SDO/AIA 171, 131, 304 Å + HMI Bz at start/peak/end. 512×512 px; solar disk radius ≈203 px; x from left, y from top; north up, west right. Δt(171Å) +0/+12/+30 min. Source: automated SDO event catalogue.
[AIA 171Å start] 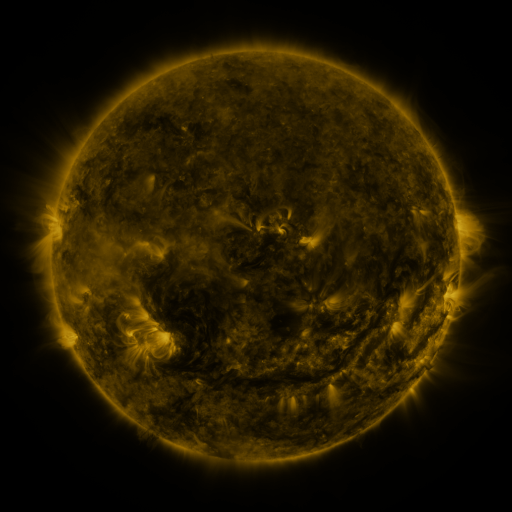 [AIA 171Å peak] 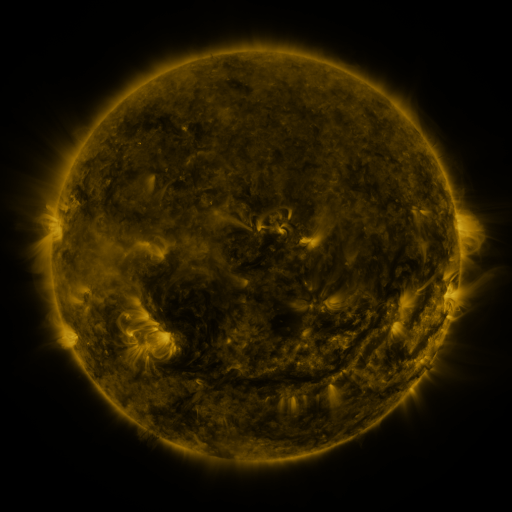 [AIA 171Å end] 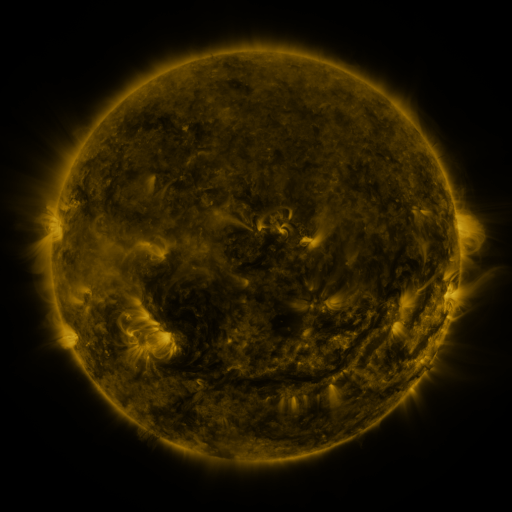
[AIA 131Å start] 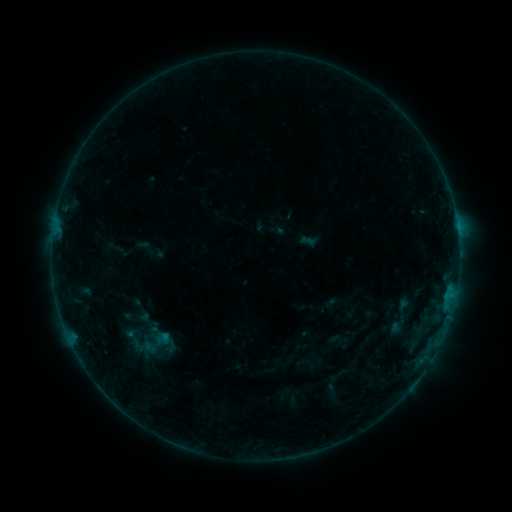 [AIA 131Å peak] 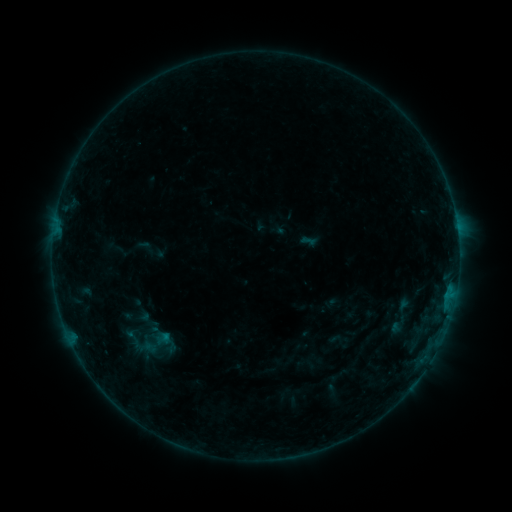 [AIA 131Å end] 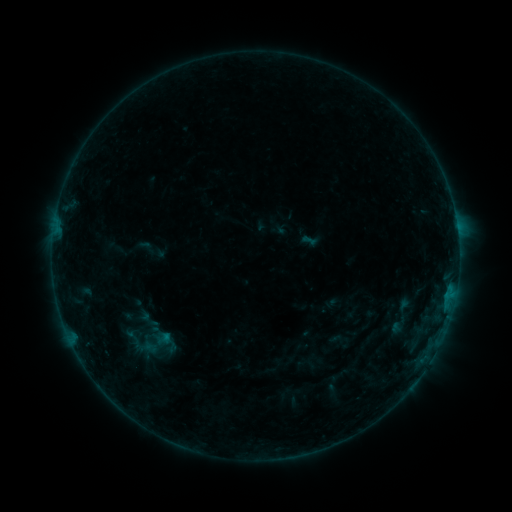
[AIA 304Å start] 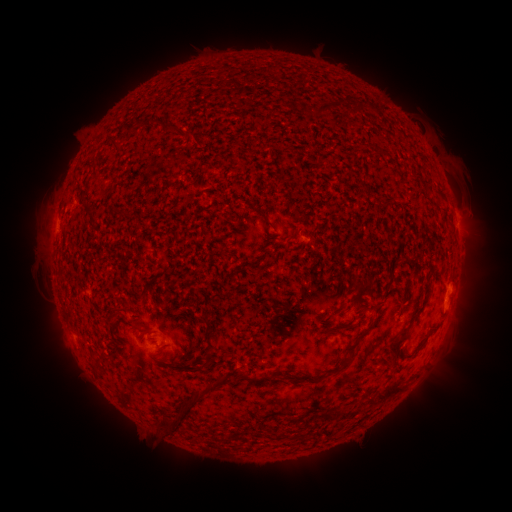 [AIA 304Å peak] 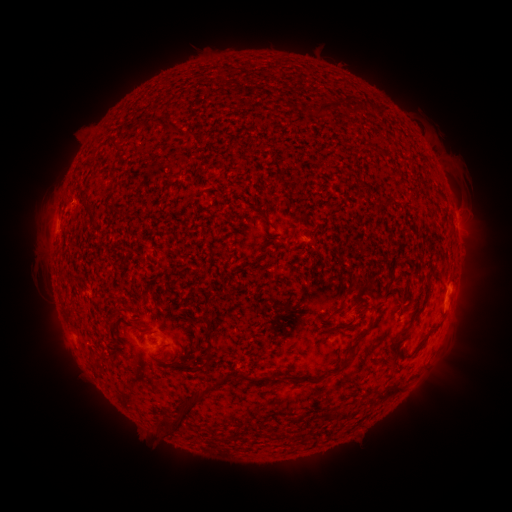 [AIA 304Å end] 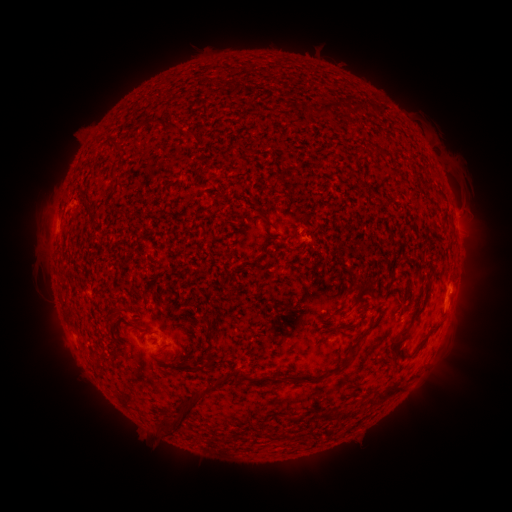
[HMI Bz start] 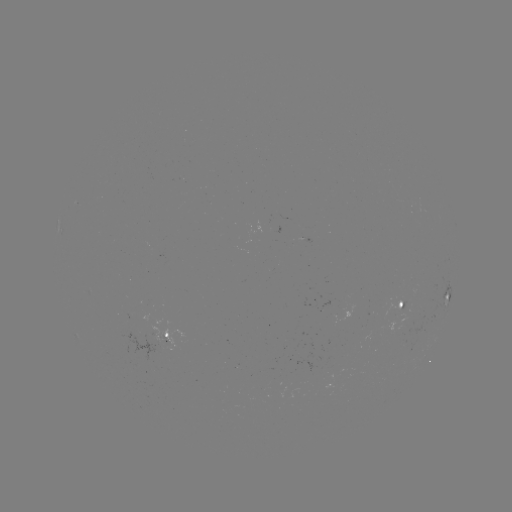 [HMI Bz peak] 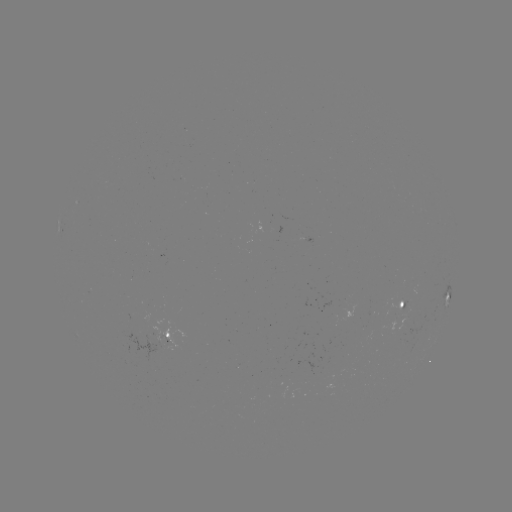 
no classed flare was catalogued and no EUV brightening was flagged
